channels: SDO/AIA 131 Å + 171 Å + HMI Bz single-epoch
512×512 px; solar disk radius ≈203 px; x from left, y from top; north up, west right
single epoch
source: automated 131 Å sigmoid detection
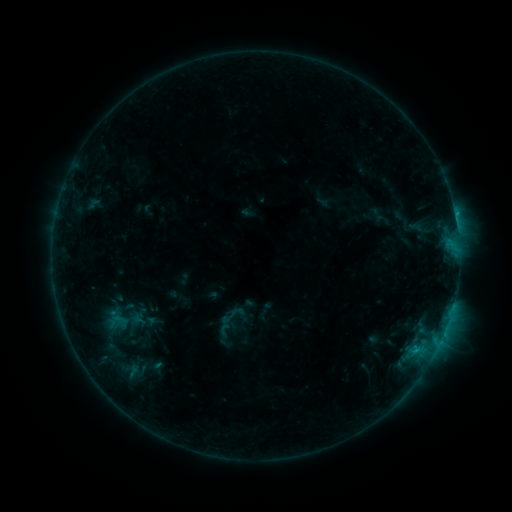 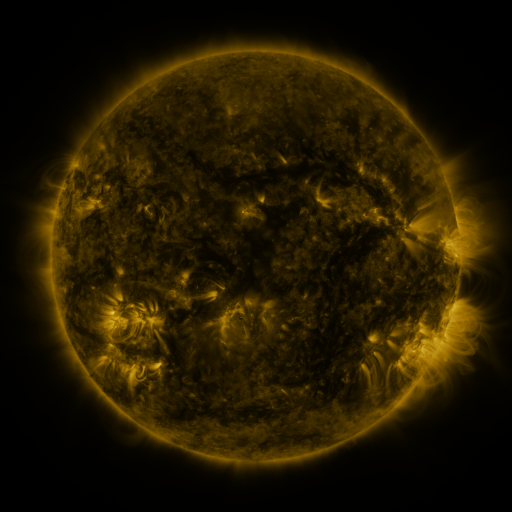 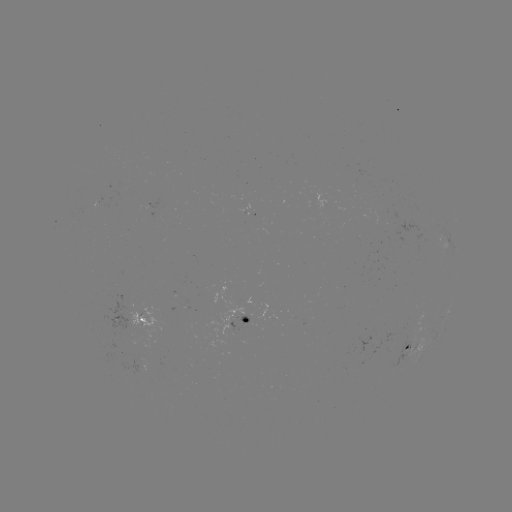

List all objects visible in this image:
sigmoid: (236, 312)
